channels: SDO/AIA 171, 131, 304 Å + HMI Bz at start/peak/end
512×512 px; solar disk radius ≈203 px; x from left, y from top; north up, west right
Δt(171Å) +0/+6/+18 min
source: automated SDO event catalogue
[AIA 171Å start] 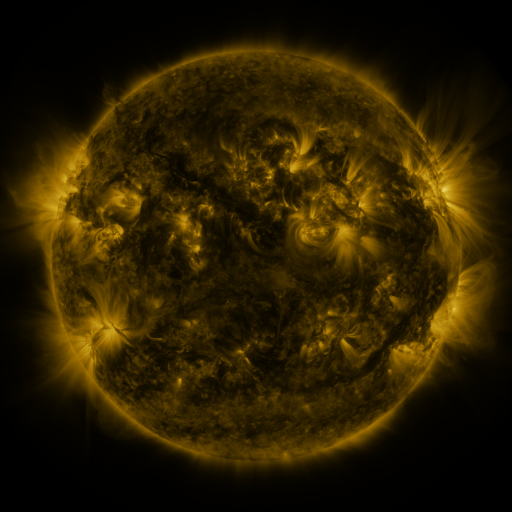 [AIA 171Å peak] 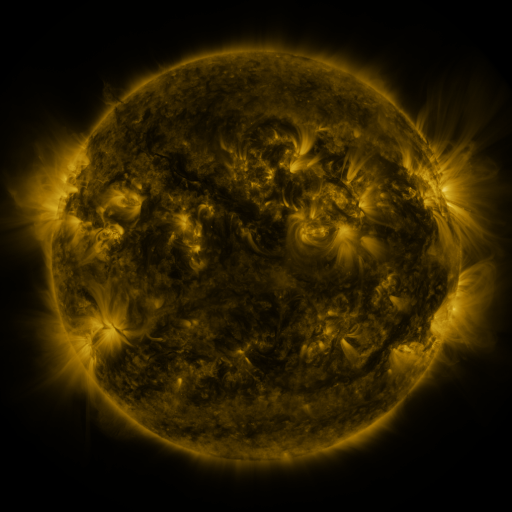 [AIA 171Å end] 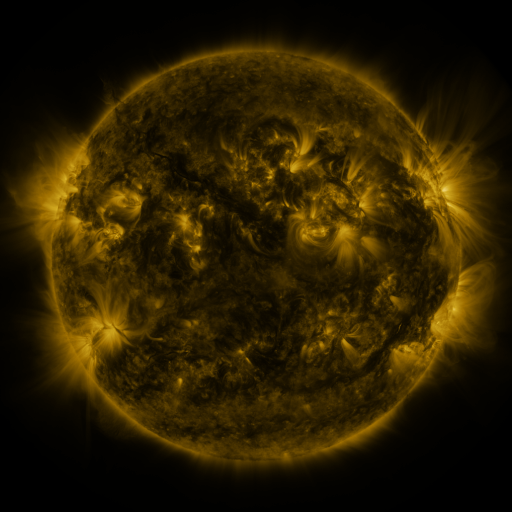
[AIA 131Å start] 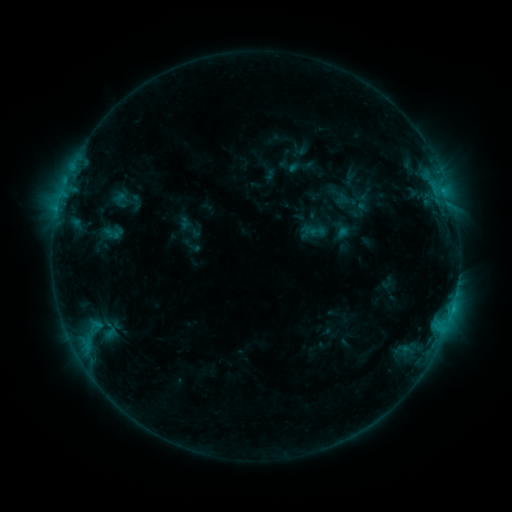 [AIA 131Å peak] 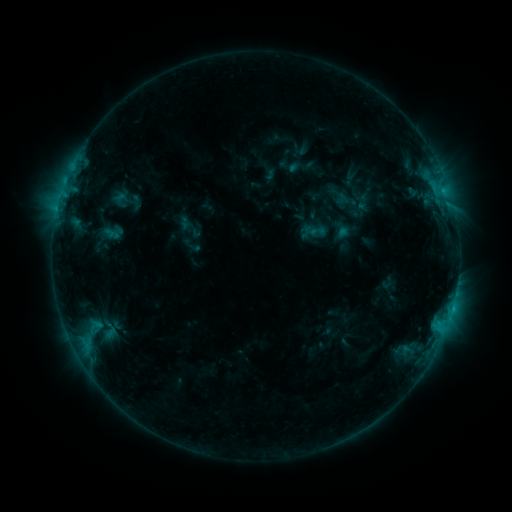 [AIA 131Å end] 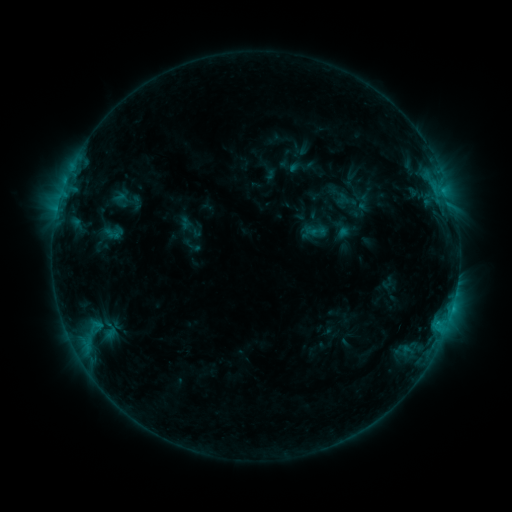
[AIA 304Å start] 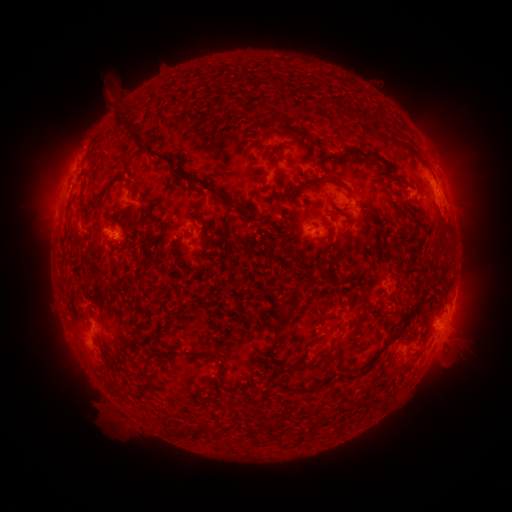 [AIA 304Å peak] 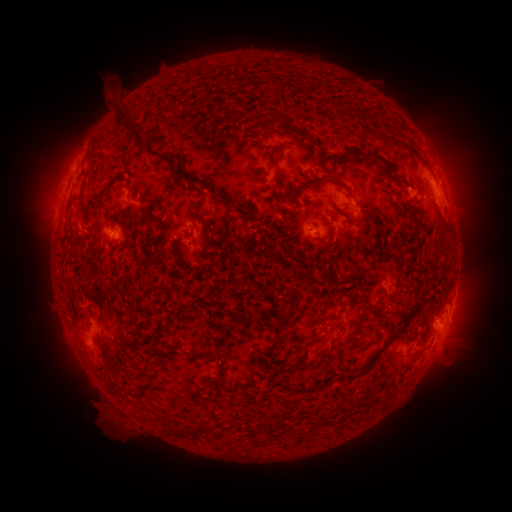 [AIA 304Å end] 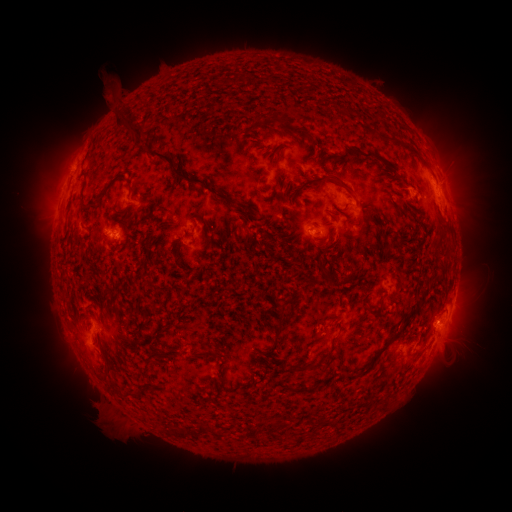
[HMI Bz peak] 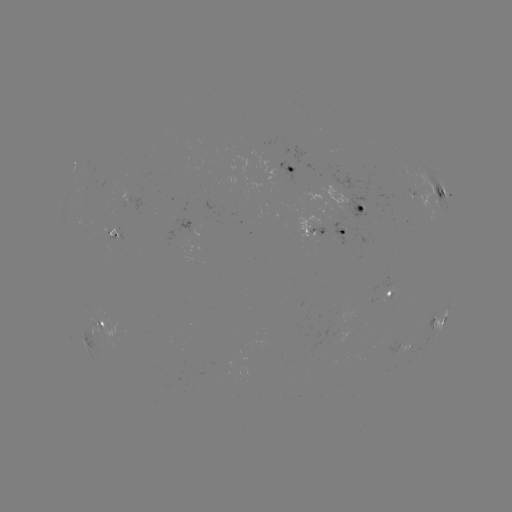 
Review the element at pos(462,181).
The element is eruption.